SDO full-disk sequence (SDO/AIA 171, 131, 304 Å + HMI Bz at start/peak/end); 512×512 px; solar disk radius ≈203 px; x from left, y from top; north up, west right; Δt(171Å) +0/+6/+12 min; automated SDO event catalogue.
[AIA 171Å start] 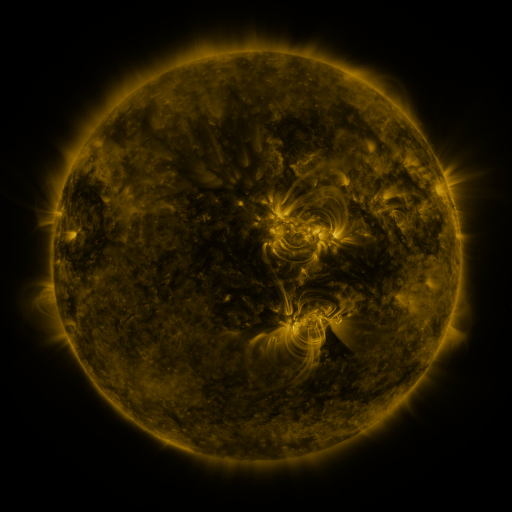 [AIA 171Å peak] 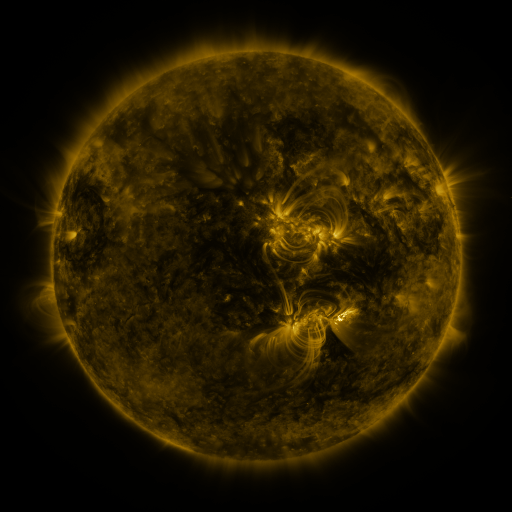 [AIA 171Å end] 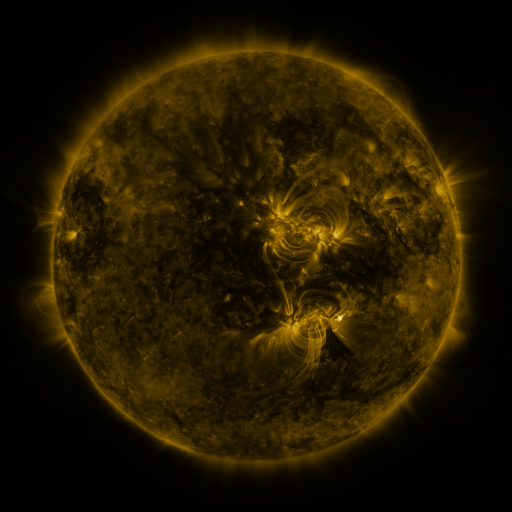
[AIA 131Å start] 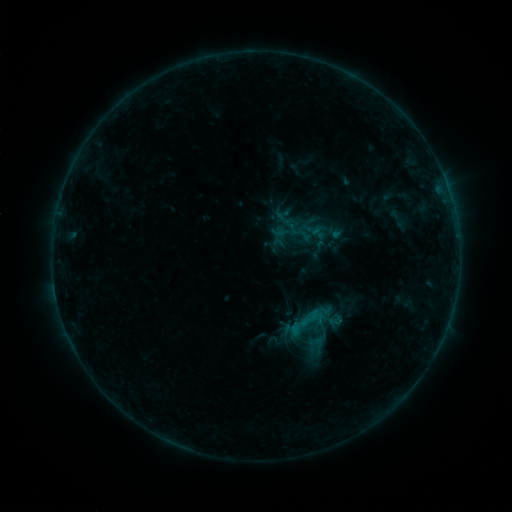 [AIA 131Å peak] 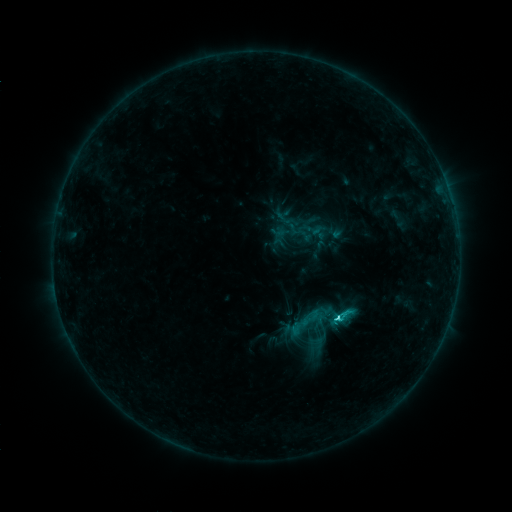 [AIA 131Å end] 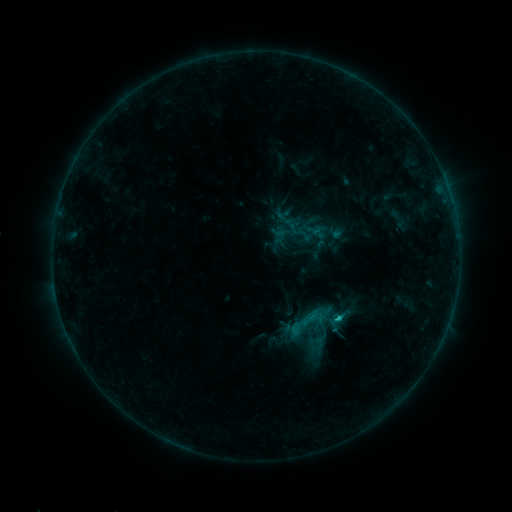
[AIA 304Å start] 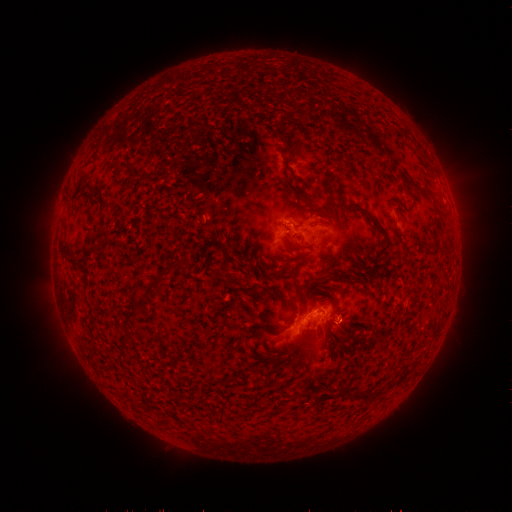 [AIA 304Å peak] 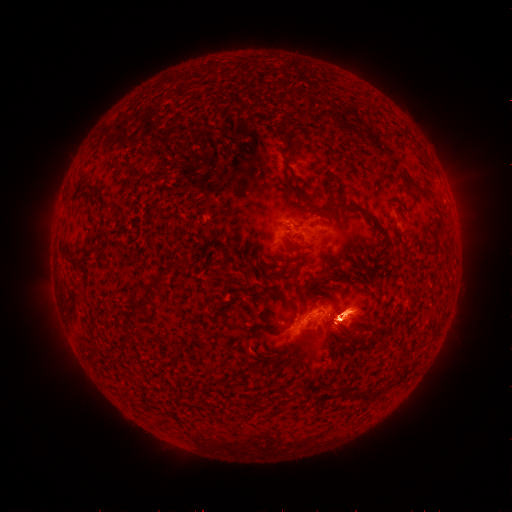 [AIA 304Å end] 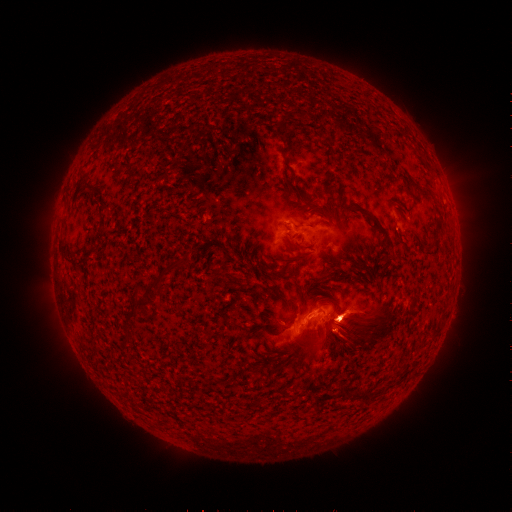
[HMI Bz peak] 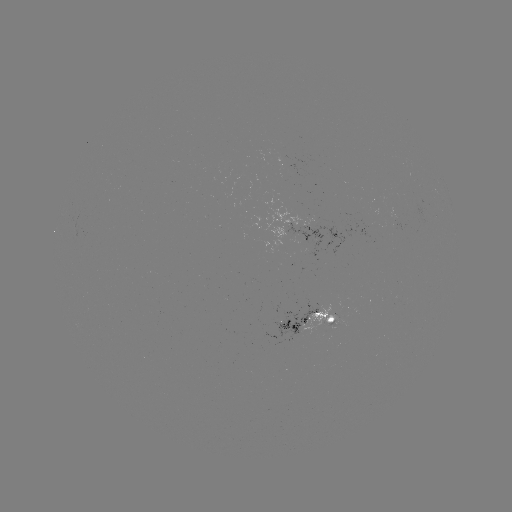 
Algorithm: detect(C2.8 flare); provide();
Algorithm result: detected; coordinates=[337, 317]